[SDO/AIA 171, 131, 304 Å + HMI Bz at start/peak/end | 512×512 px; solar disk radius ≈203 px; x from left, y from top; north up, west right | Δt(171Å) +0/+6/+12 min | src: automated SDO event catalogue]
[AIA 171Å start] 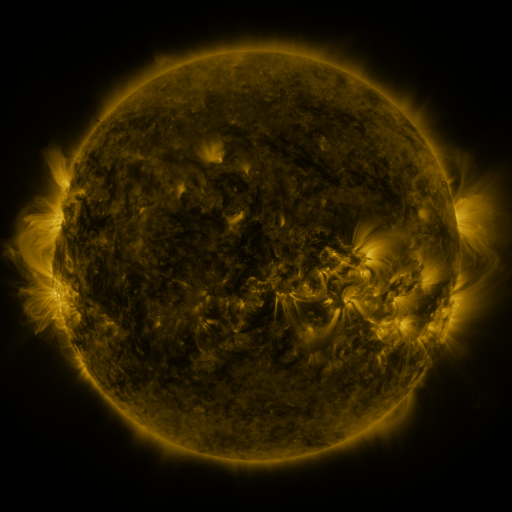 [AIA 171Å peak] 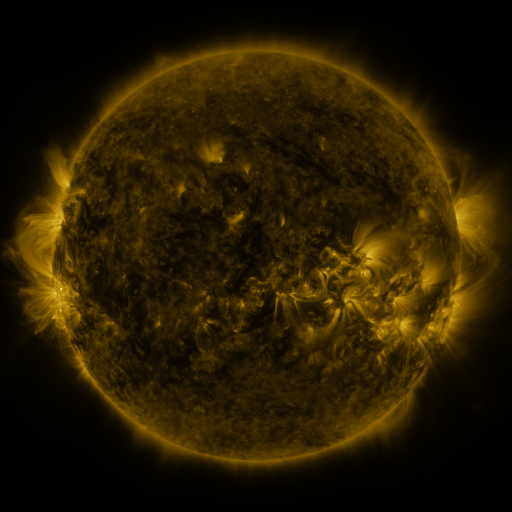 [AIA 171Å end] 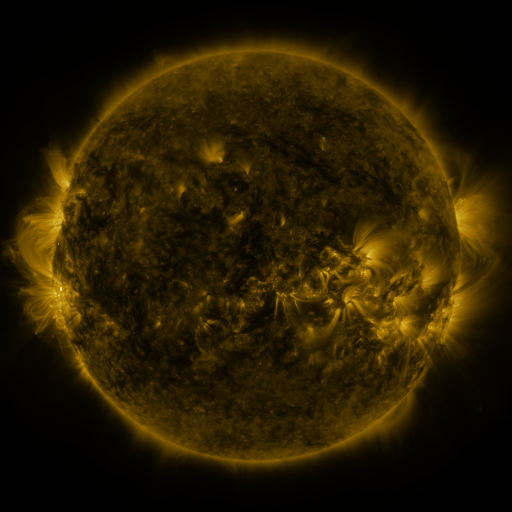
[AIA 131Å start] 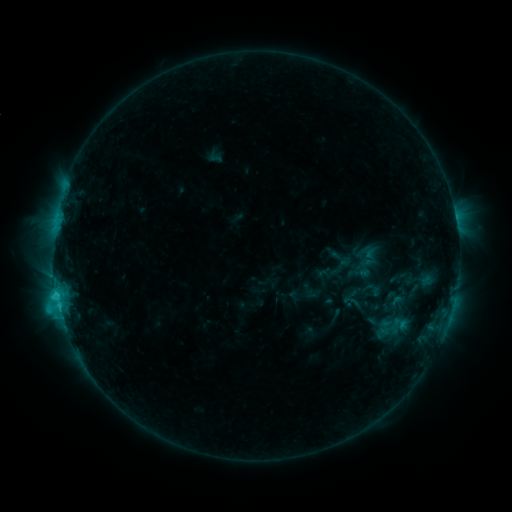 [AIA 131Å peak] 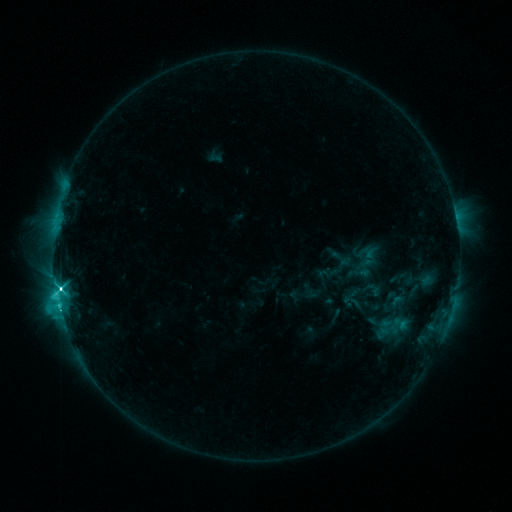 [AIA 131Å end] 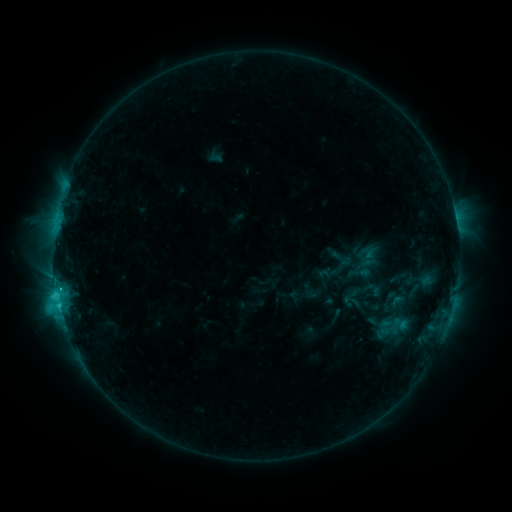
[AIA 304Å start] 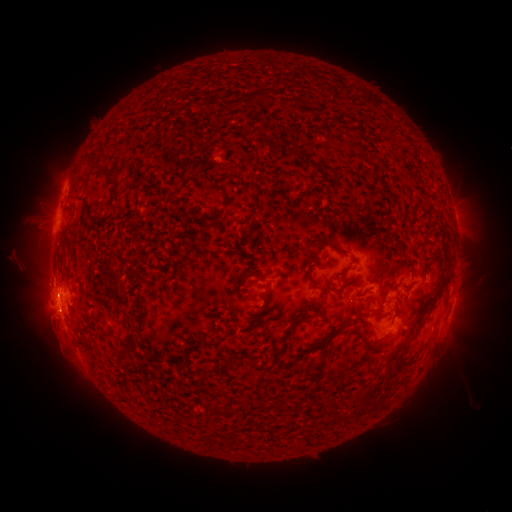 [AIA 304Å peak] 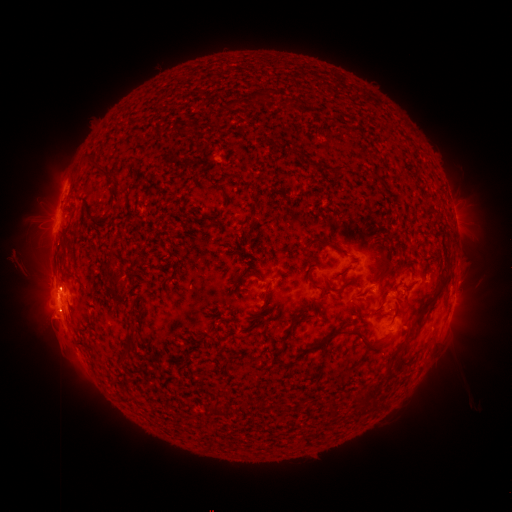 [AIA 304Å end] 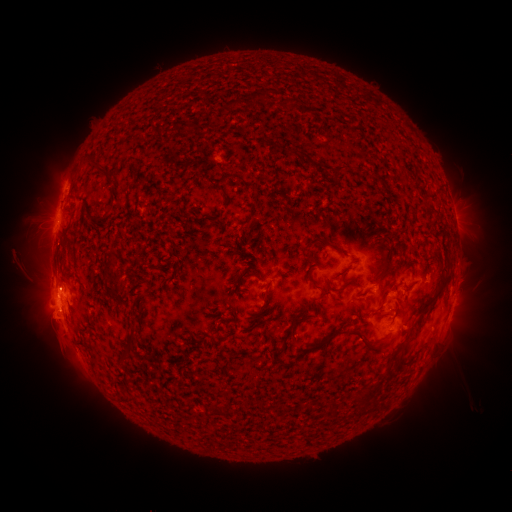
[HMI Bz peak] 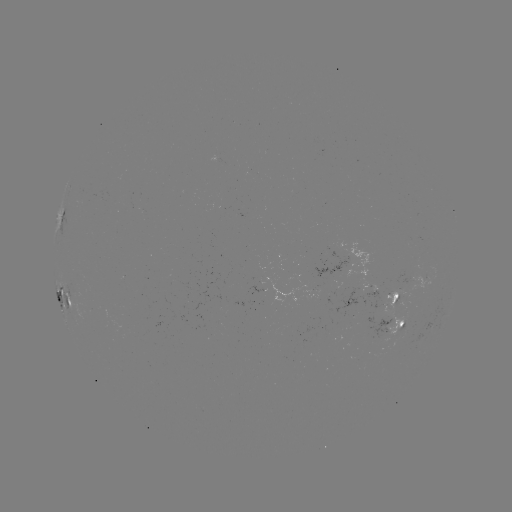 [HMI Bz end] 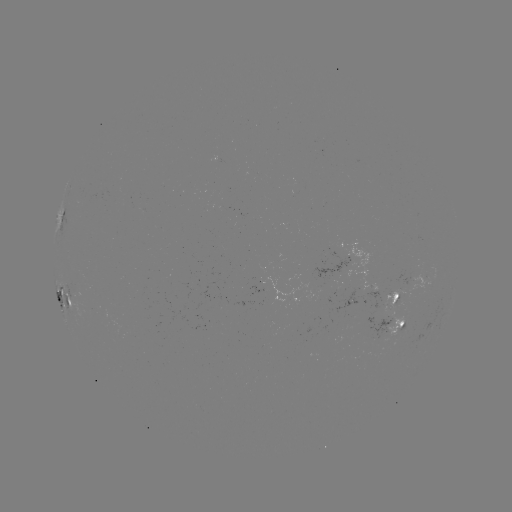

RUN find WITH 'eruption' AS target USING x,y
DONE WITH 50,297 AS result